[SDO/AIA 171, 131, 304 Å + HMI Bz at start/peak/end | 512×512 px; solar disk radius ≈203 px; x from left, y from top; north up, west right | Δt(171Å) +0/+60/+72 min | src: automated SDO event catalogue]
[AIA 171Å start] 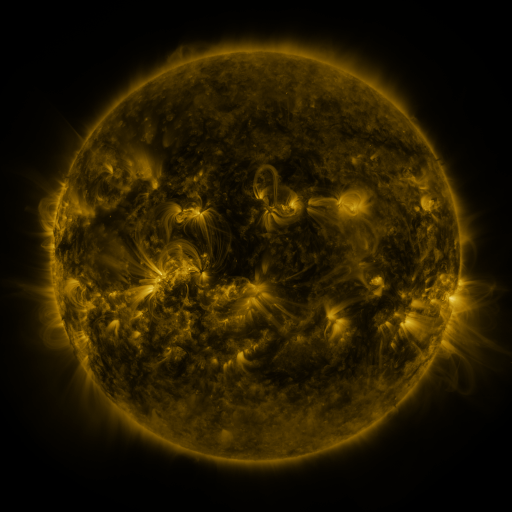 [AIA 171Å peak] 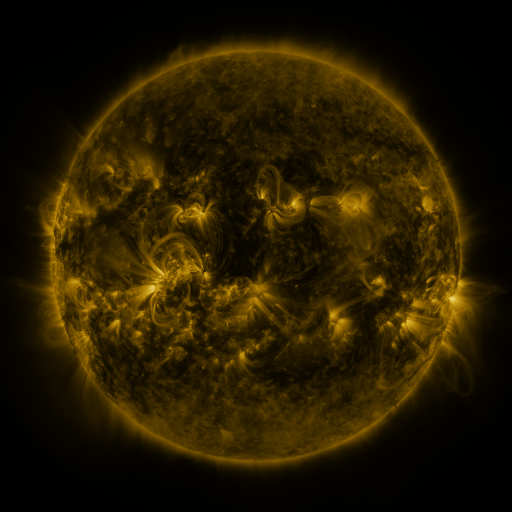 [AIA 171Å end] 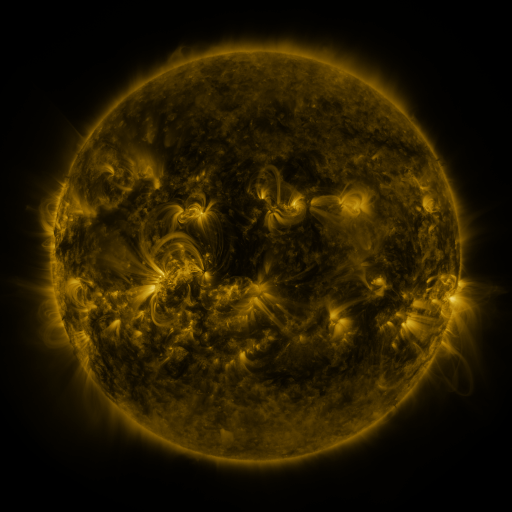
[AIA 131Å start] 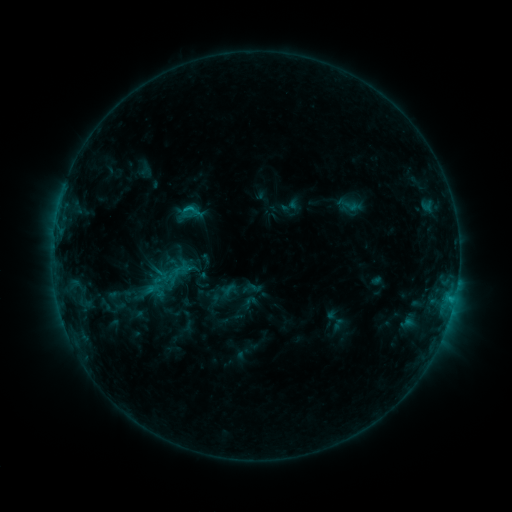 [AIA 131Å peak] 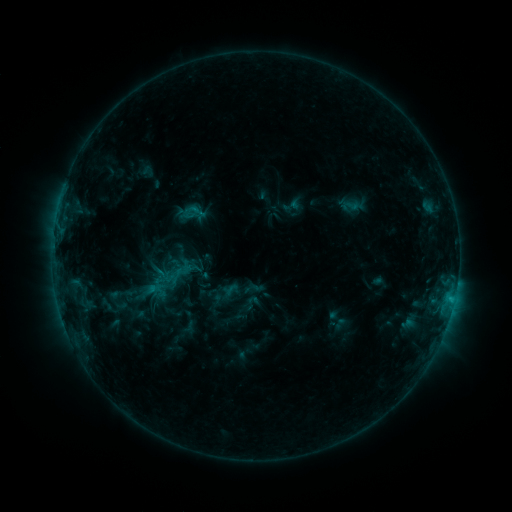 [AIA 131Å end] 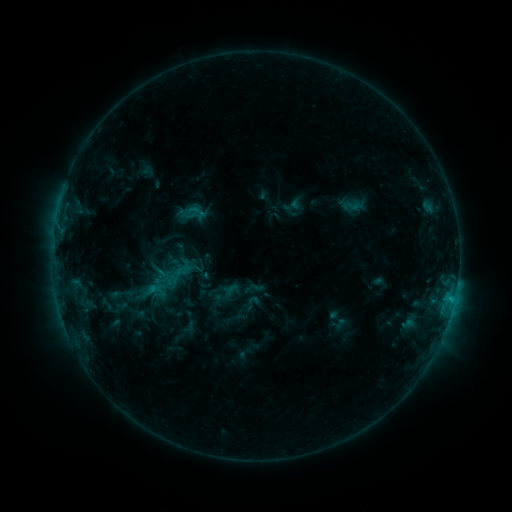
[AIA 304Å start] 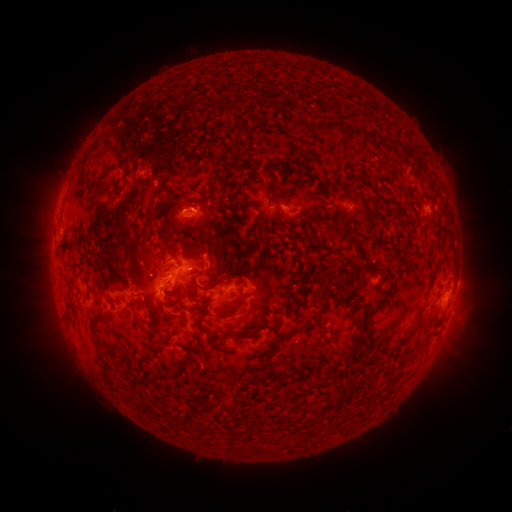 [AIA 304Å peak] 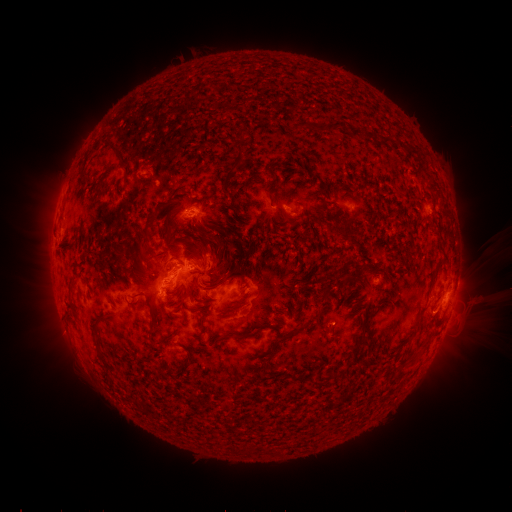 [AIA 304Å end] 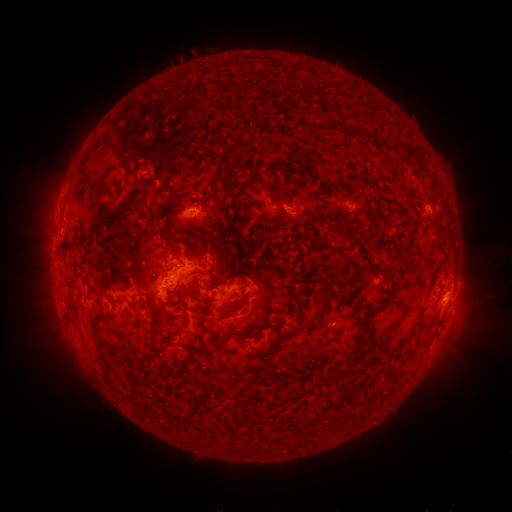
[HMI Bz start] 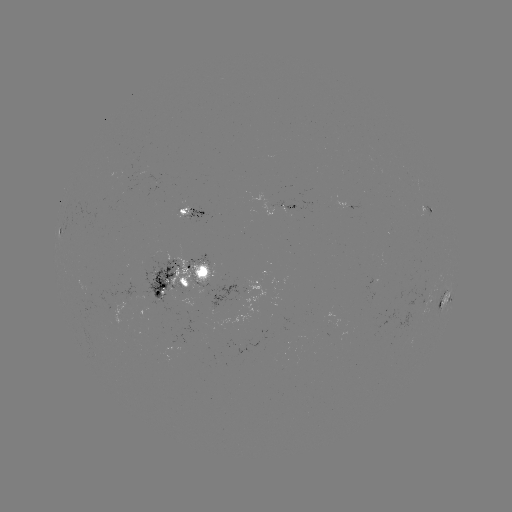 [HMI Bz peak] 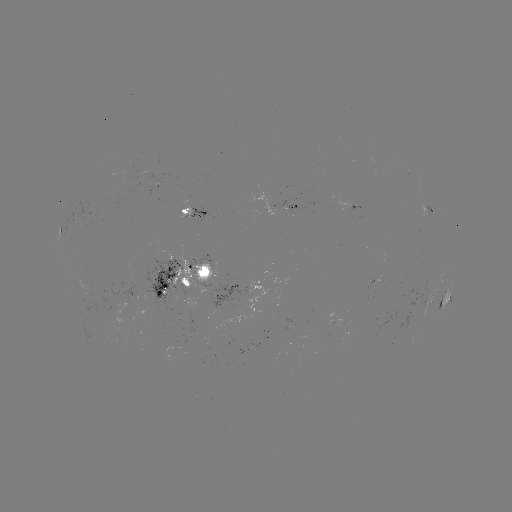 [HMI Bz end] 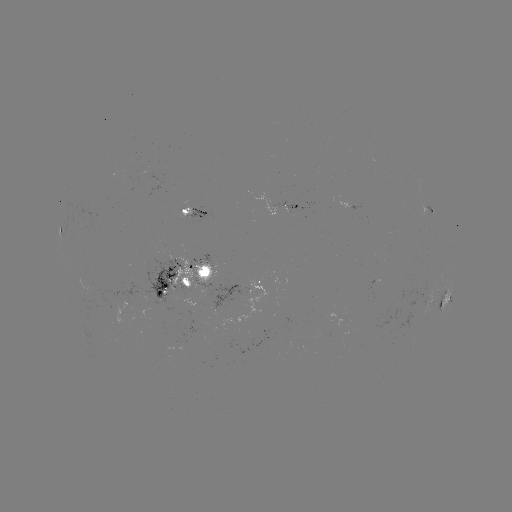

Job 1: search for emerging-flux region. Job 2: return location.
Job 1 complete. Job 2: [182, 211].